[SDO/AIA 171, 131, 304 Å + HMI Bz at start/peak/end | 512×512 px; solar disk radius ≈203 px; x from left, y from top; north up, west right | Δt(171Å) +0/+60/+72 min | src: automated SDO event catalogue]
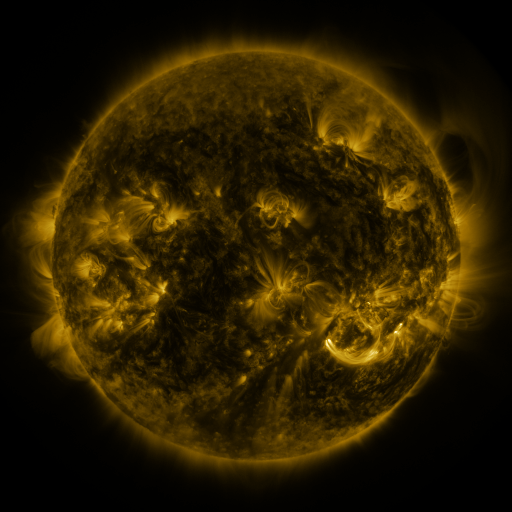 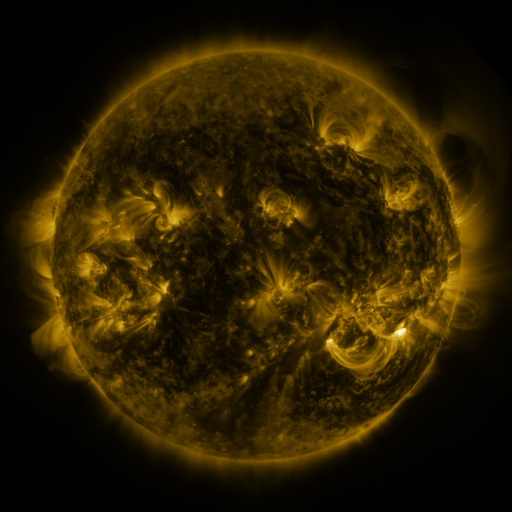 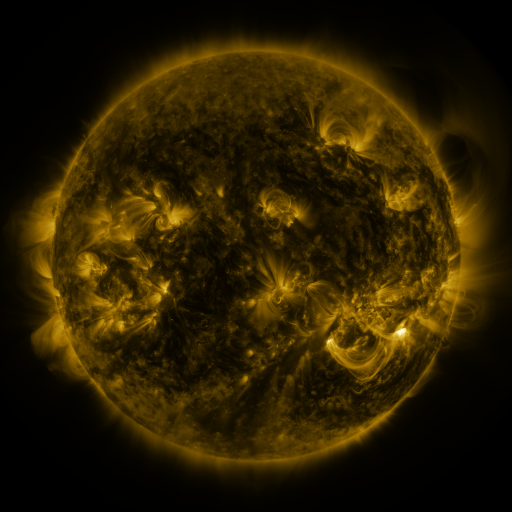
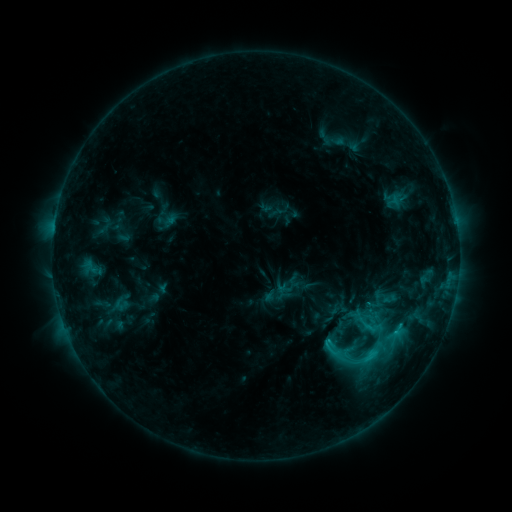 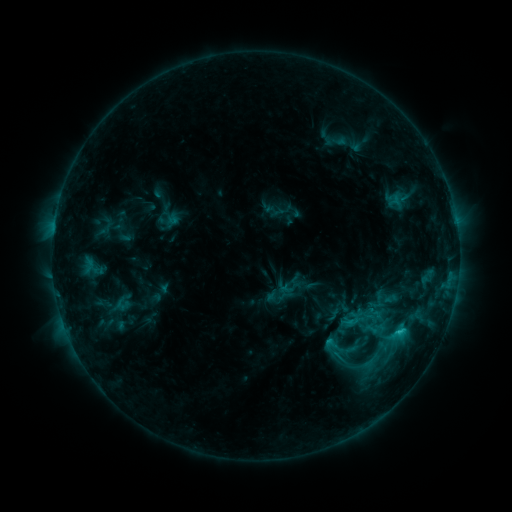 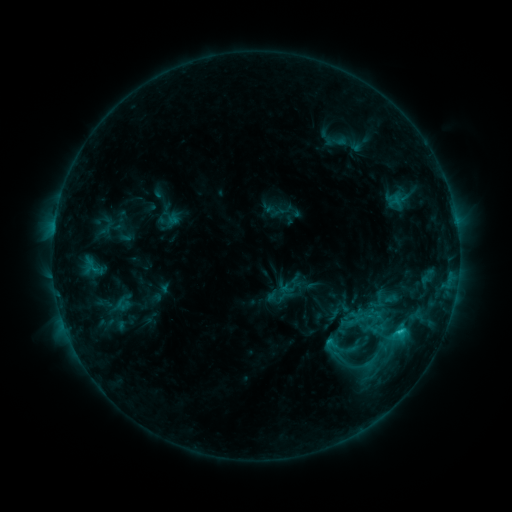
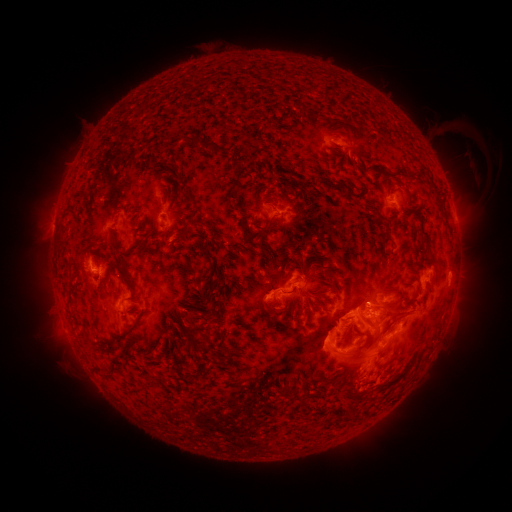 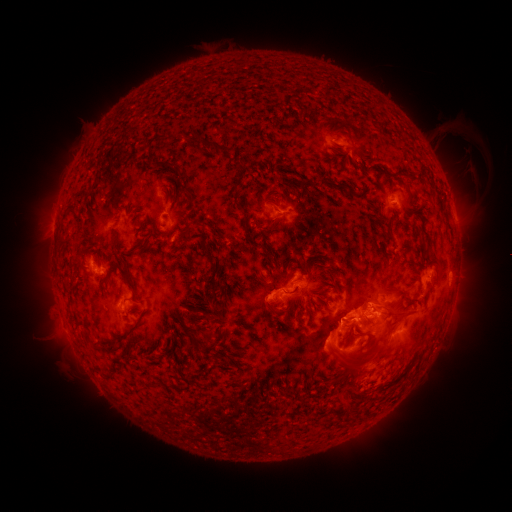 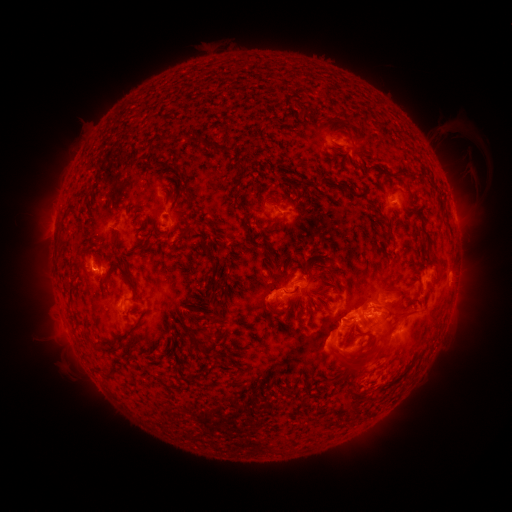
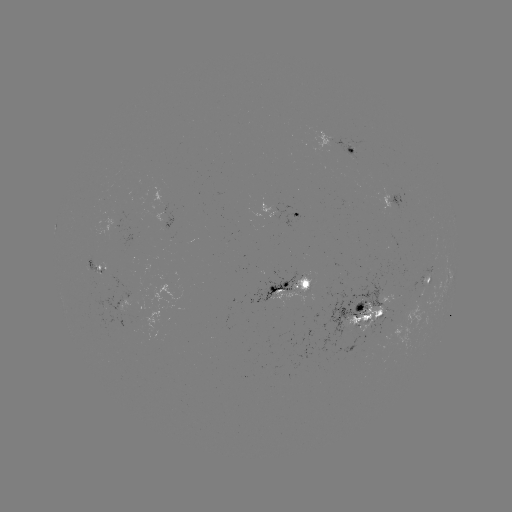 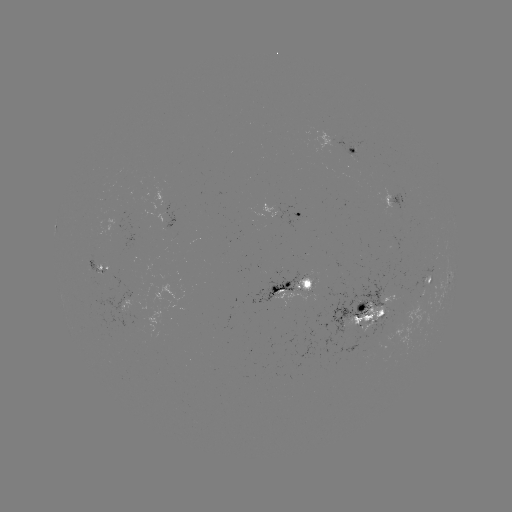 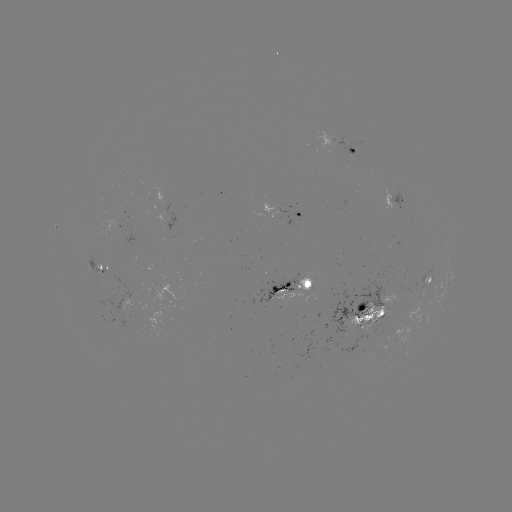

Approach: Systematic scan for emerging-flux region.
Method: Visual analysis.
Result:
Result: emerging-flux region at [367, 327].